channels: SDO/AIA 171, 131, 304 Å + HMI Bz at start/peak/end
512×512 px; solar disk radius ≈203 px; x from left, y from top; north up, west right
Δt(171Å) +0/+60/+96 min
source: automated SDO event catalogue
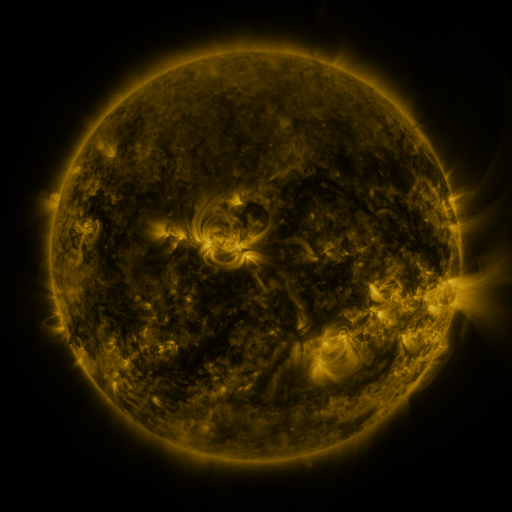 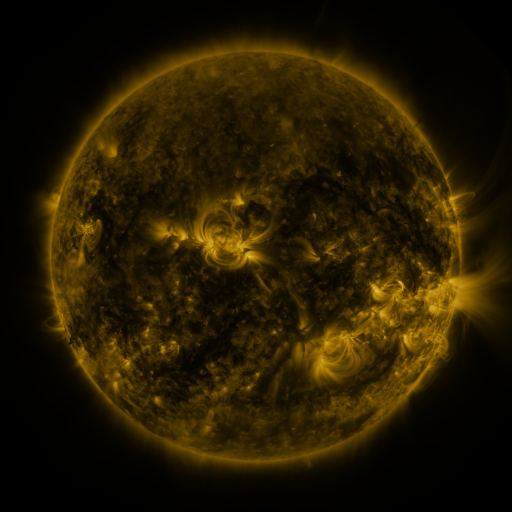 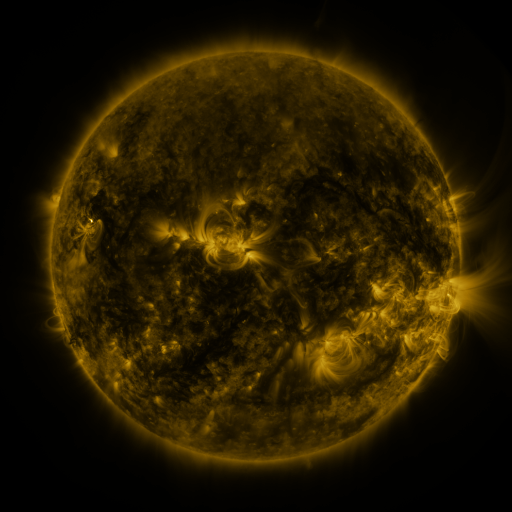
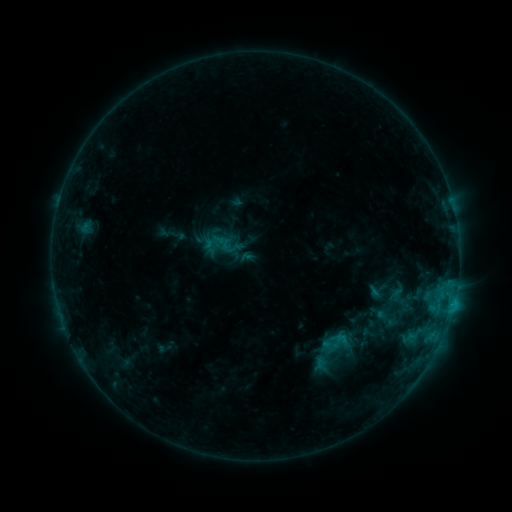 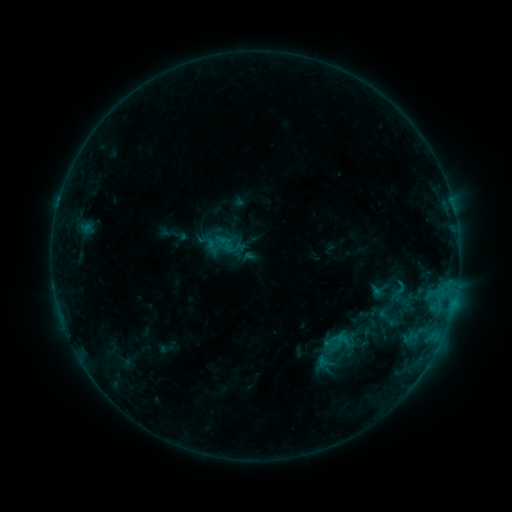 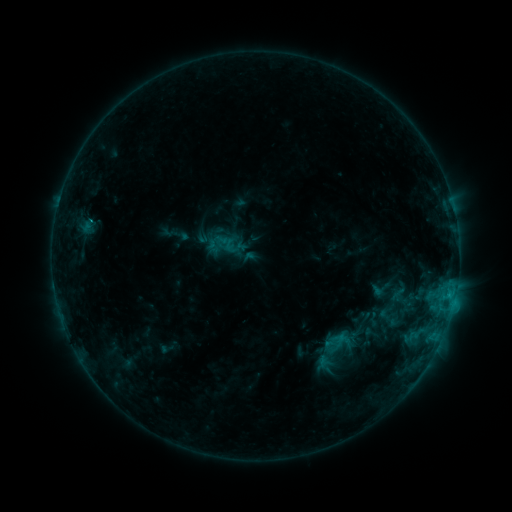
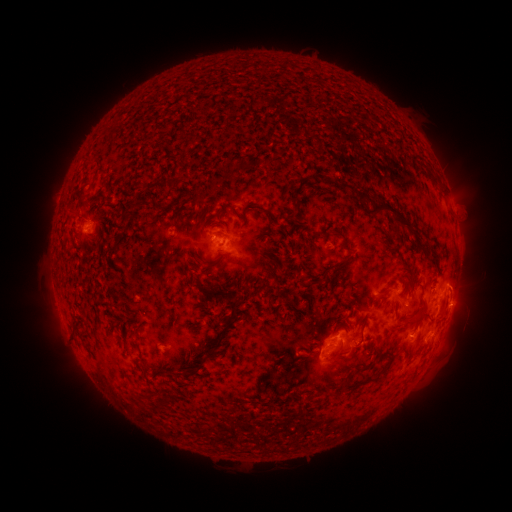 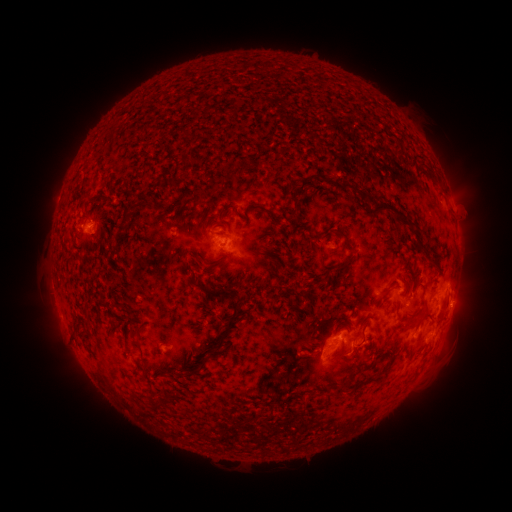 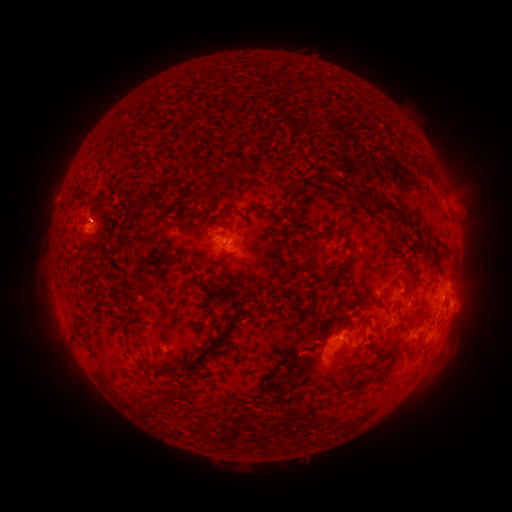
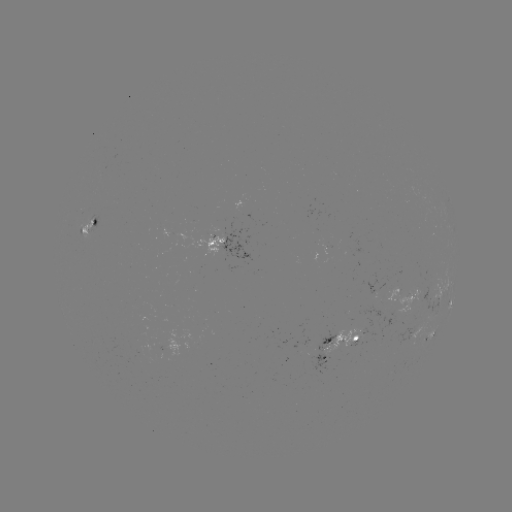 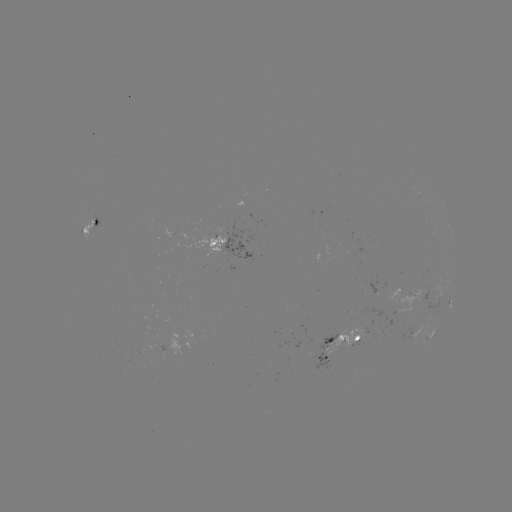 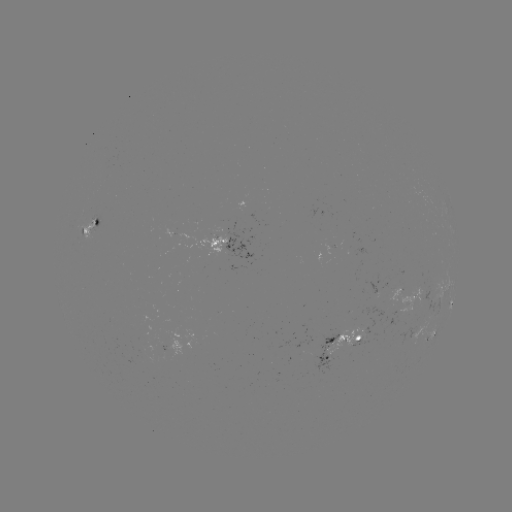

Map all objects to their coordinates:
emerging-flux region: (398, 293)
